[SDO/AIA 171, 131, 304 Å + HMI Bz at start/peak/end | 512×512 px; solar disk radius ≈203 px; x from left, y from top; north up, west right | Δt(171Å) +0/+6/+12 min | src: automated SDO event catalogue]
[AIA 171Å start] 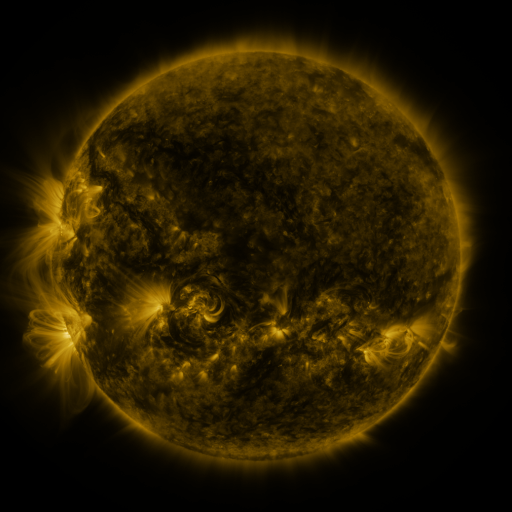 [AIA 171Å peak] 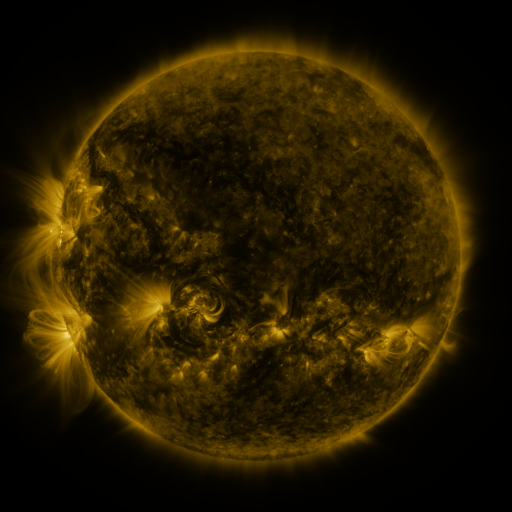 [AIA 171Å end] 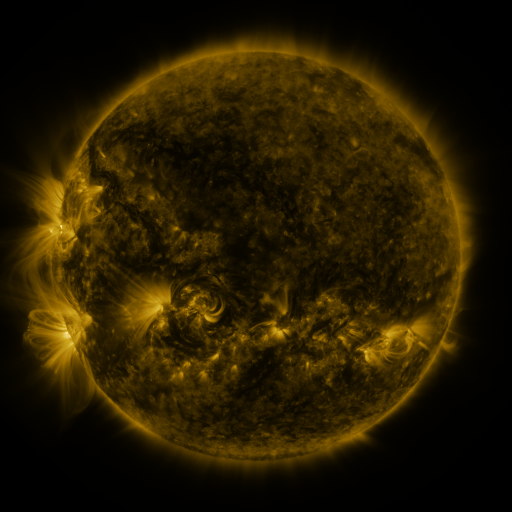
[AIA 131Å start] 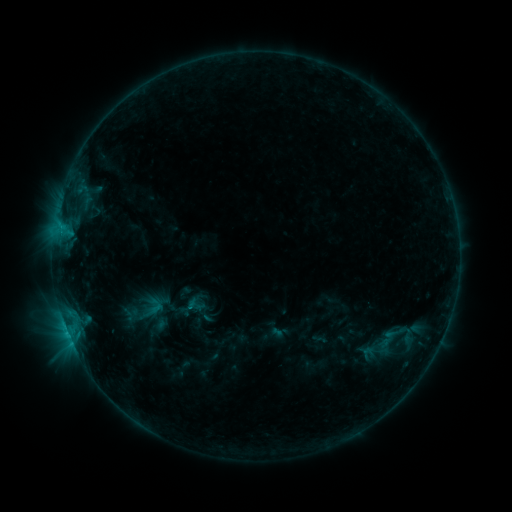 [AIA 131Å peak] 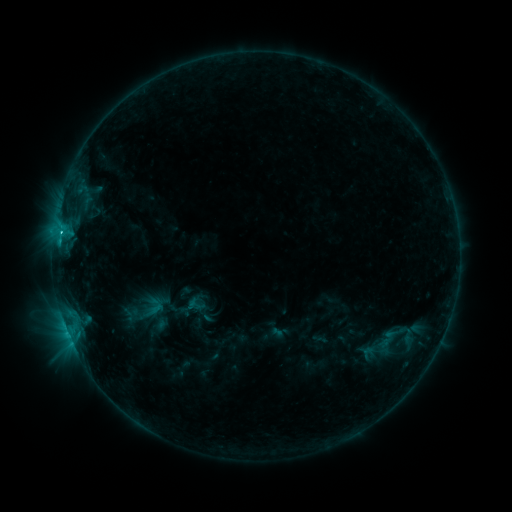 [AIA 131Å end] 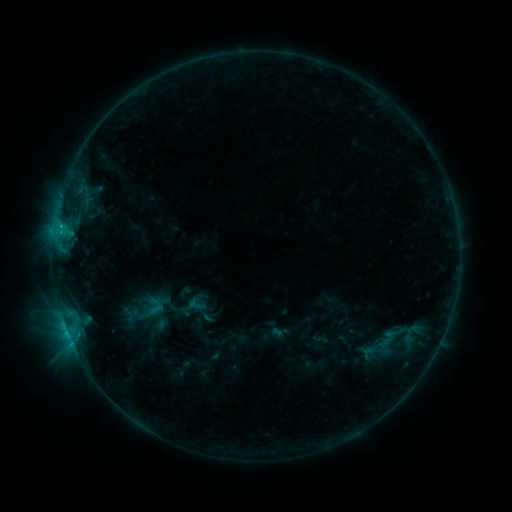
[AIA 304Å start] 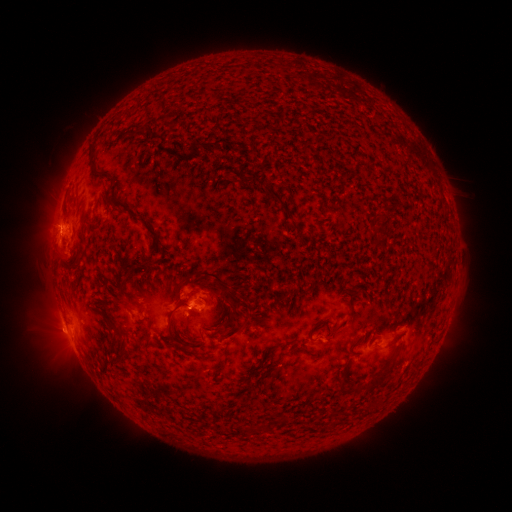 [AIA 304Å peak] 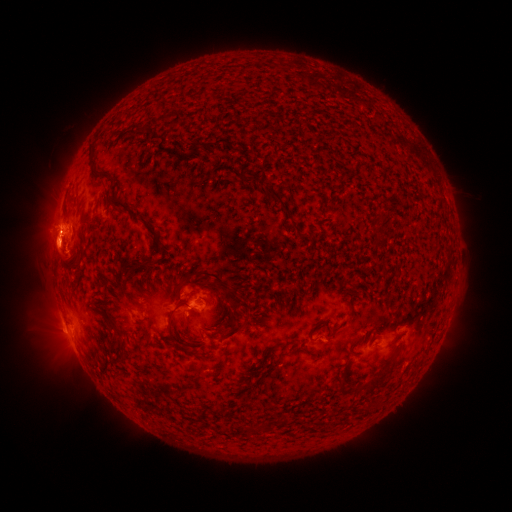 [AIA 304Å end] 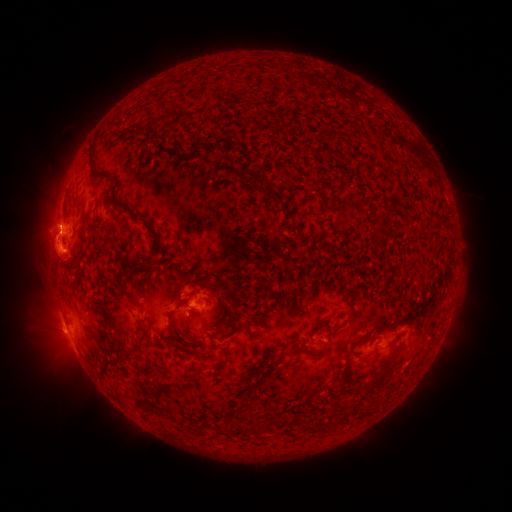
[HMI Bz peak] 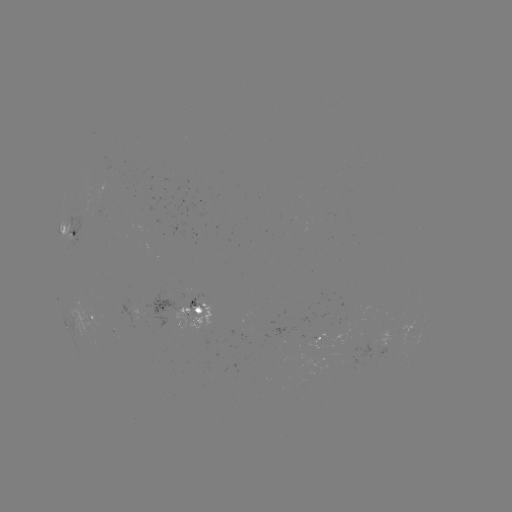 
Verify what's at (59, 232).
C1.5 flare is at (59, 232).